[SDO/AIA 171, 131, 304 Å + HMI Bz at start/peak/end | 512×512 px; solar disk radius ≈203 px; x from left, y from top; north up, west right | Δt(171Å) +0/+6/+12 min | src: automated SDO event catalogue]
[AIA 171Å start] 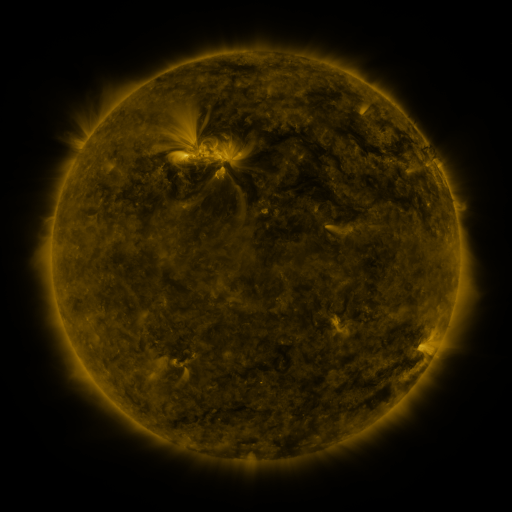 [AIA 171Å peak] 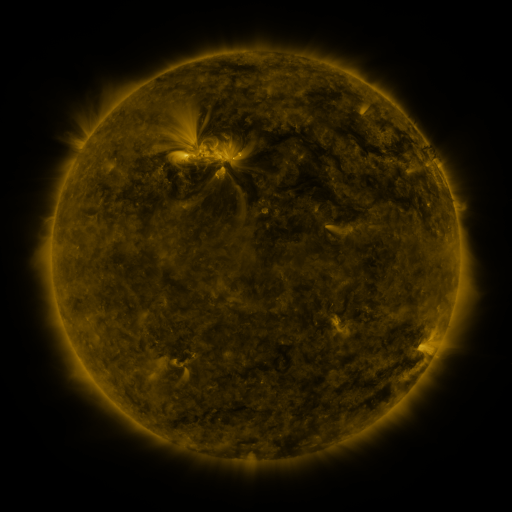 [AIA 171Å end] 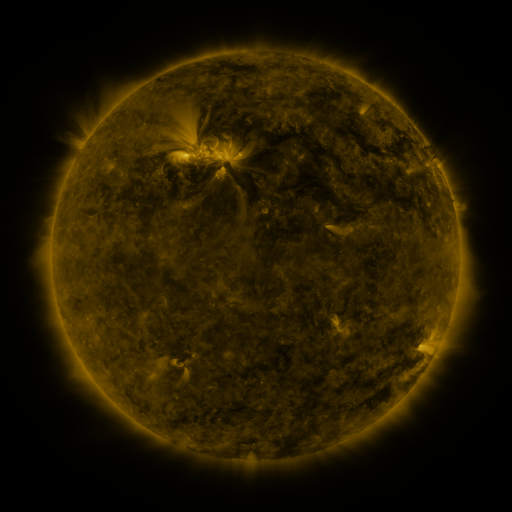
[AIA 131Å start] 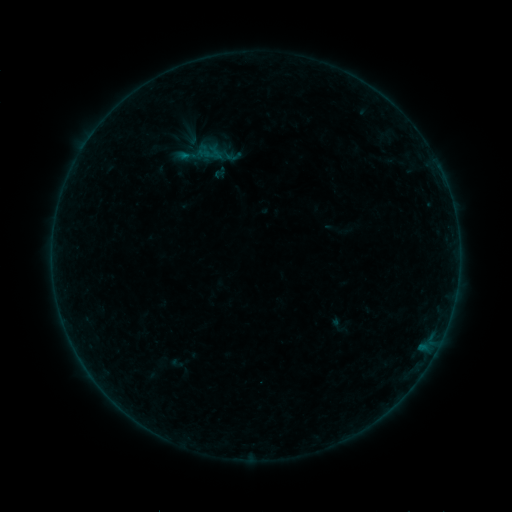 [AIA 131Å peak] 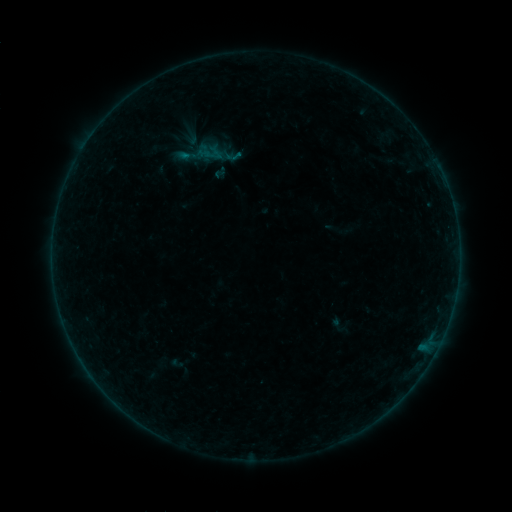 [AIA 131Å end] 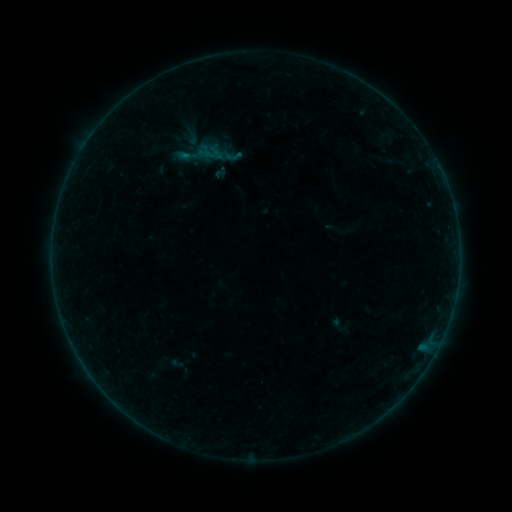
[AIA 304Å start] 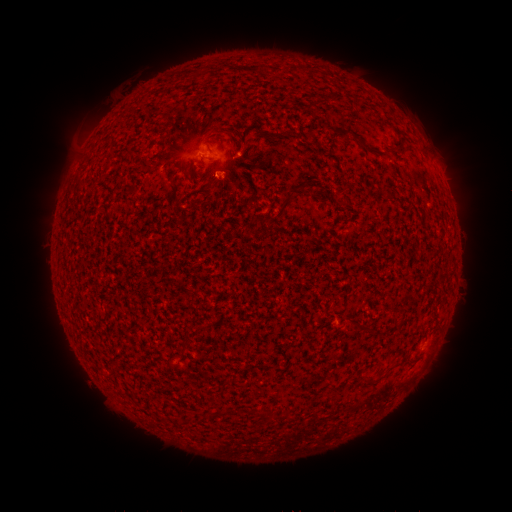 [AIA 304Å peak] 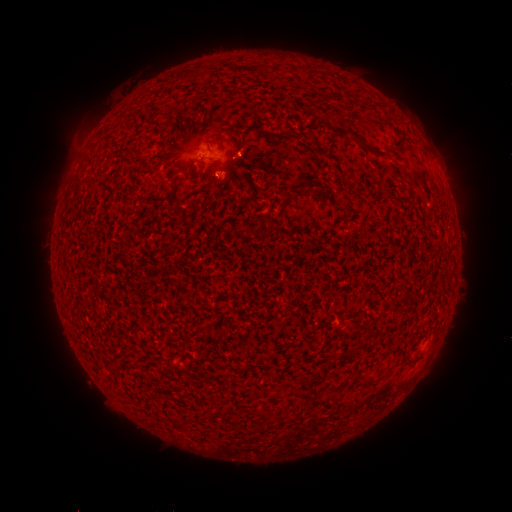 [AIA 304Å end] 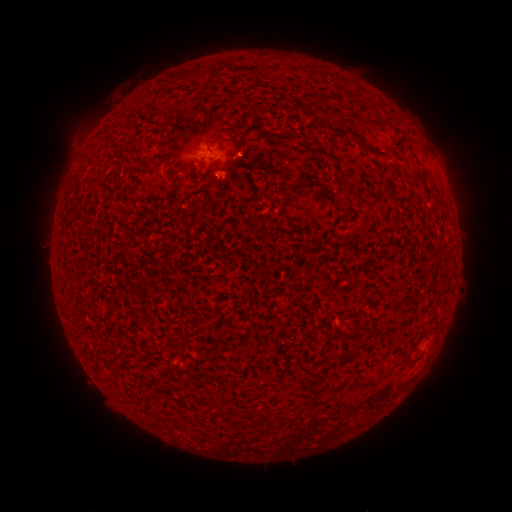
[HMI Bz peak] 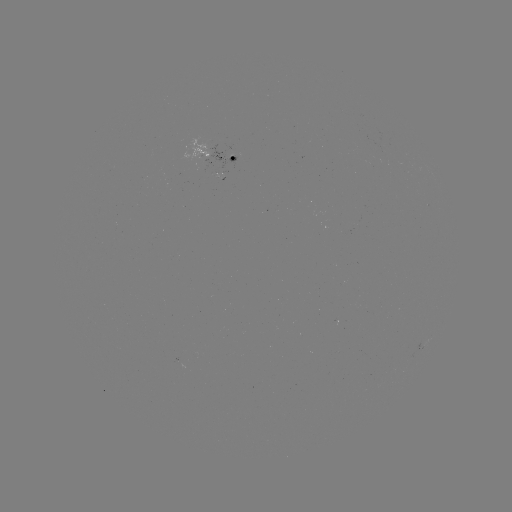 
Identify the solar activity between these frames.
B1.1 flare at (236, 160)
